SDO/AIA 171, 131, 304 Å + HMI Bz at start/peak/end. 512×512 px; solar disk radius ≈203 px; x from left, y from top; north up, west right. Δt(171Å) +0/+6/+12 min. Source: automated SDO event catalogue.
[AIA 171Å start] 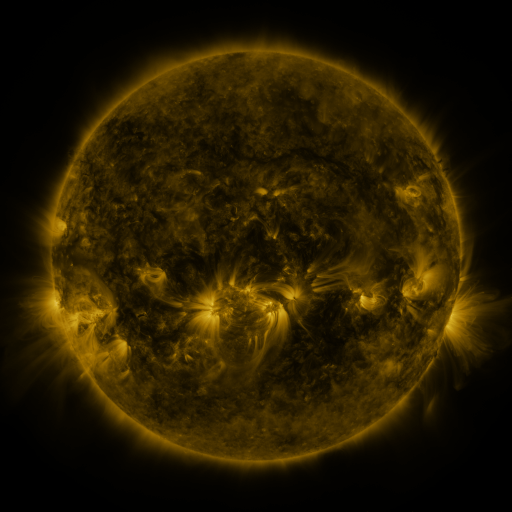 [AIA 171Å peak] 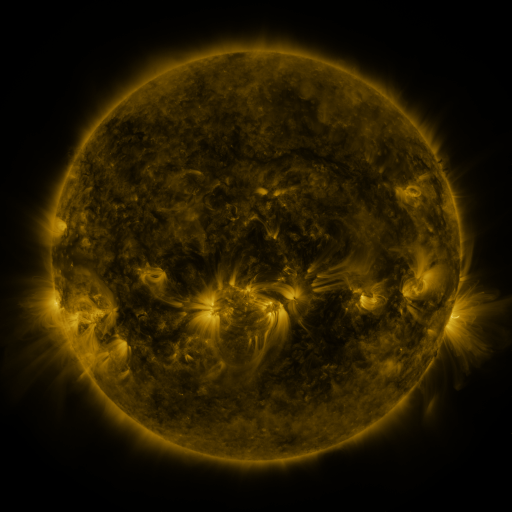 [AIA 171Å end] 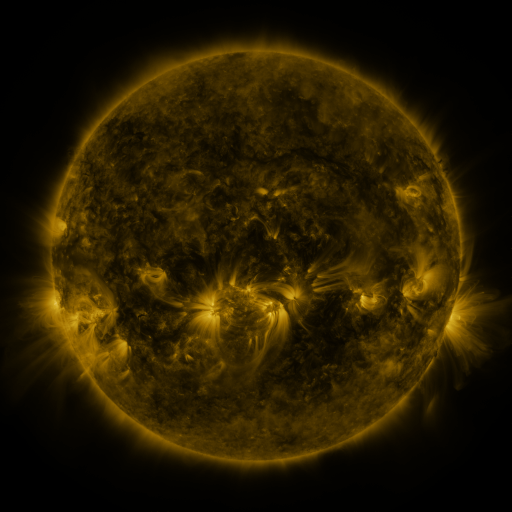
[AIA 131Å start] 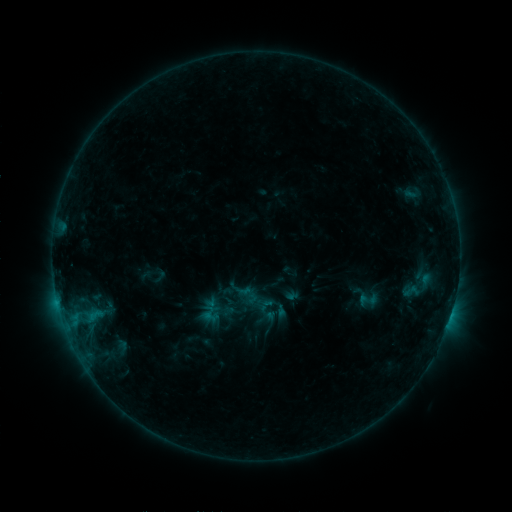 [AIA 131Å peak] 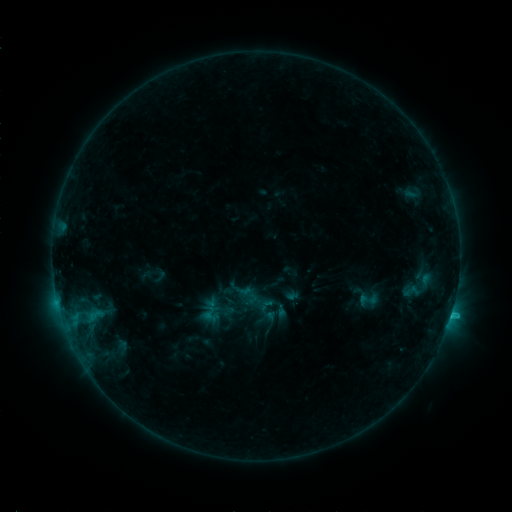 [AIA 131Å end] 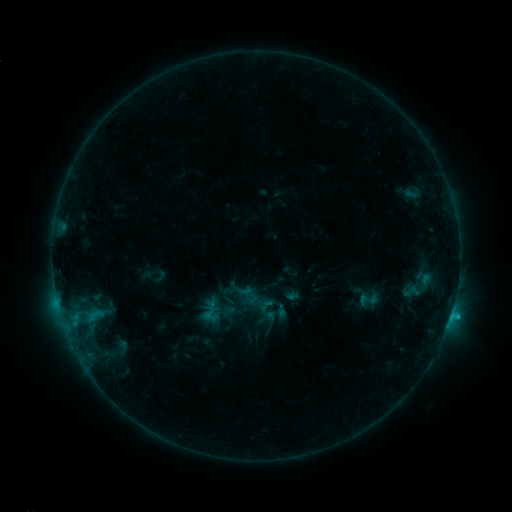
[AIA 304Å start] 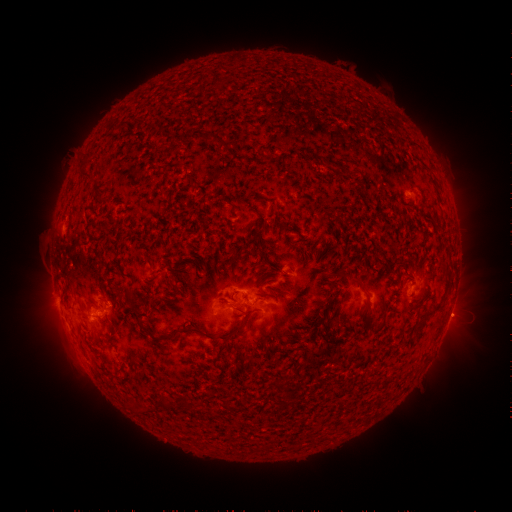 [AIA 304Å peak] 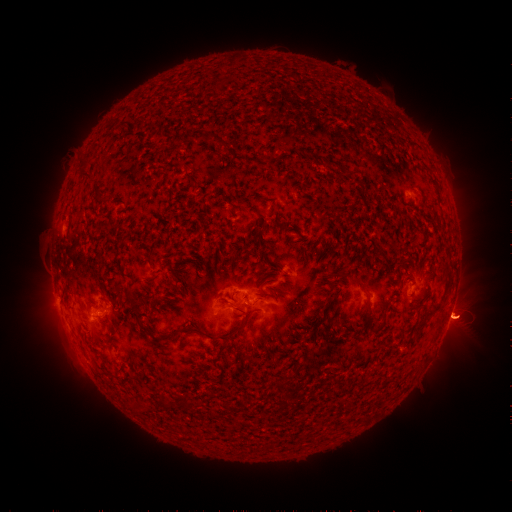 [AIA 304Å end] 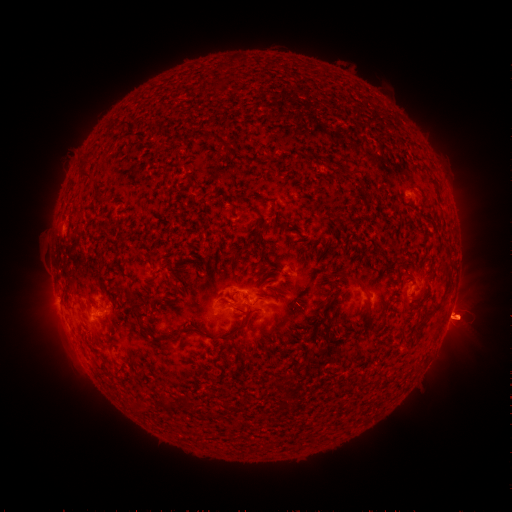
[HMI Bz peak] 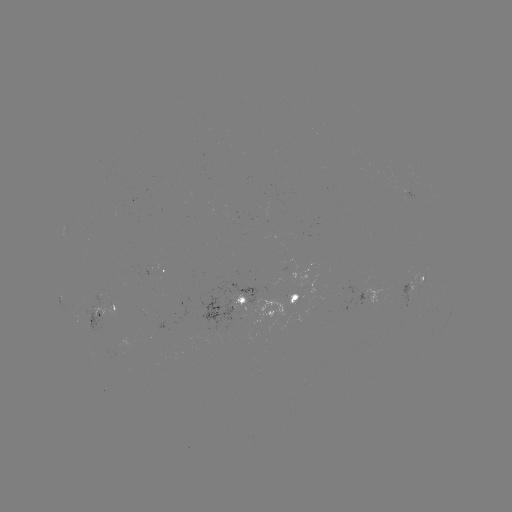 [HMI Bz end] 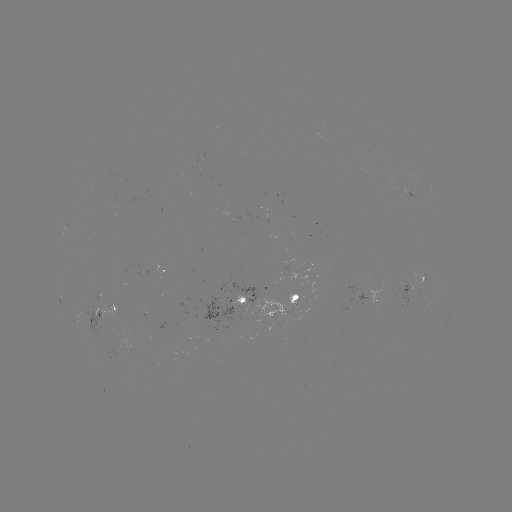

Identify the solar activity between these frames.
C1.2 flare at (450, 315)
